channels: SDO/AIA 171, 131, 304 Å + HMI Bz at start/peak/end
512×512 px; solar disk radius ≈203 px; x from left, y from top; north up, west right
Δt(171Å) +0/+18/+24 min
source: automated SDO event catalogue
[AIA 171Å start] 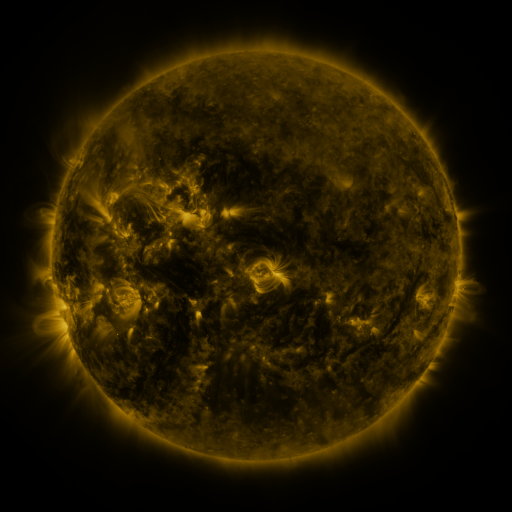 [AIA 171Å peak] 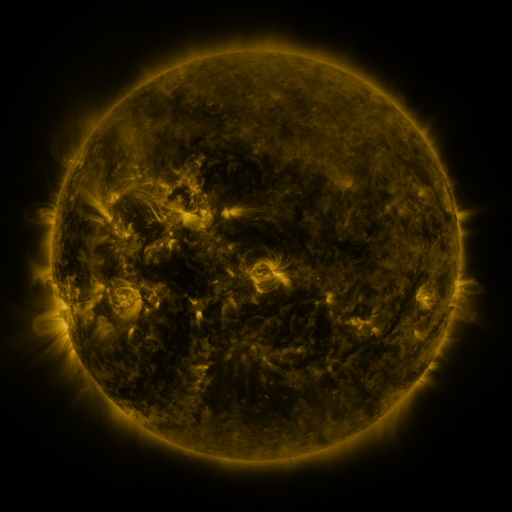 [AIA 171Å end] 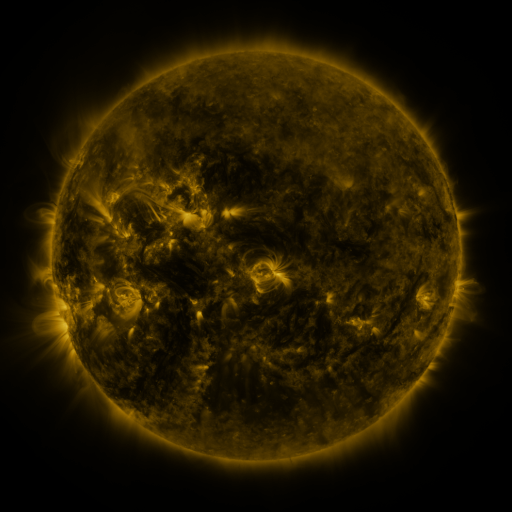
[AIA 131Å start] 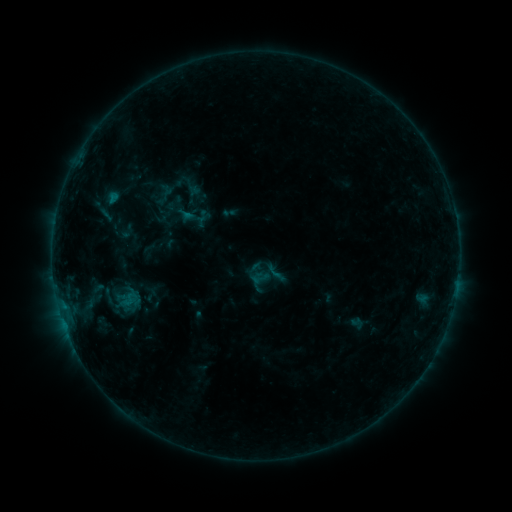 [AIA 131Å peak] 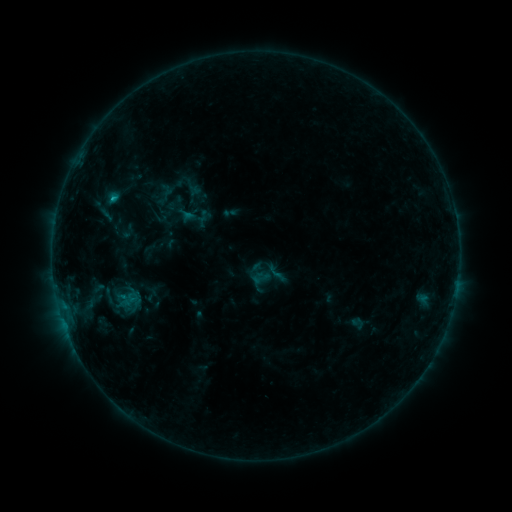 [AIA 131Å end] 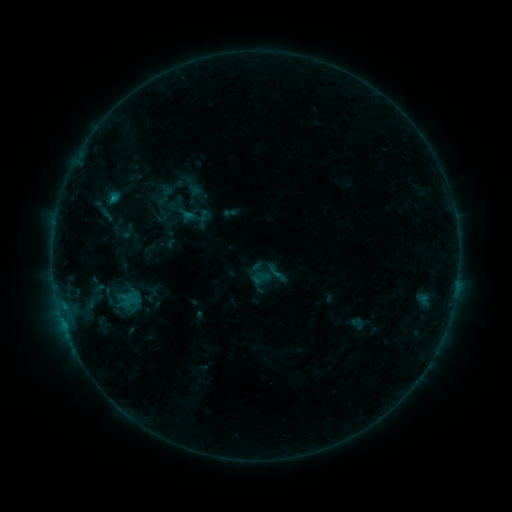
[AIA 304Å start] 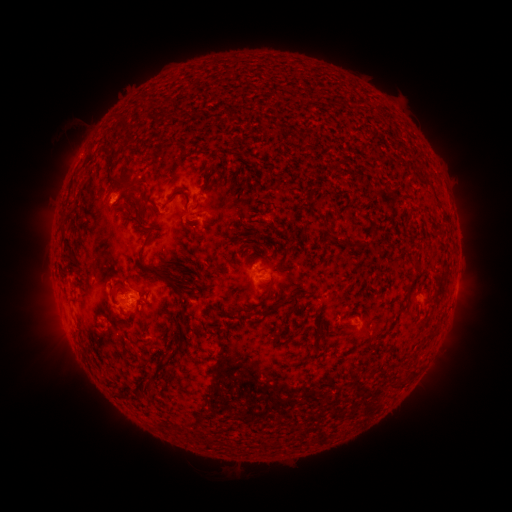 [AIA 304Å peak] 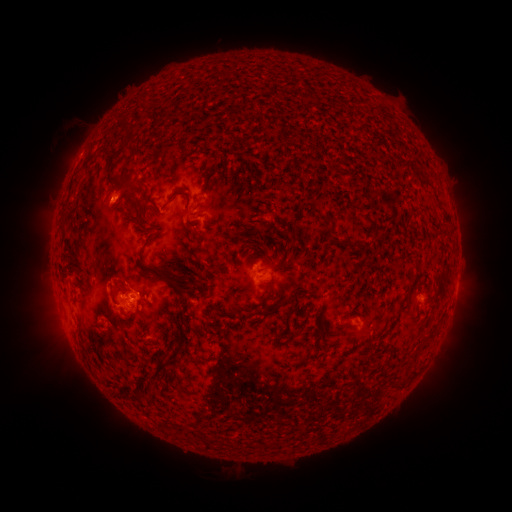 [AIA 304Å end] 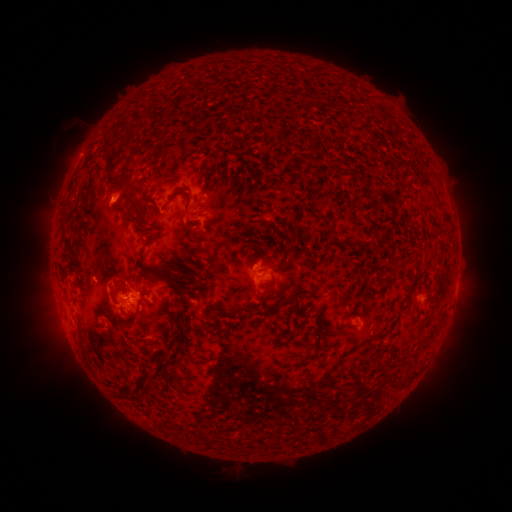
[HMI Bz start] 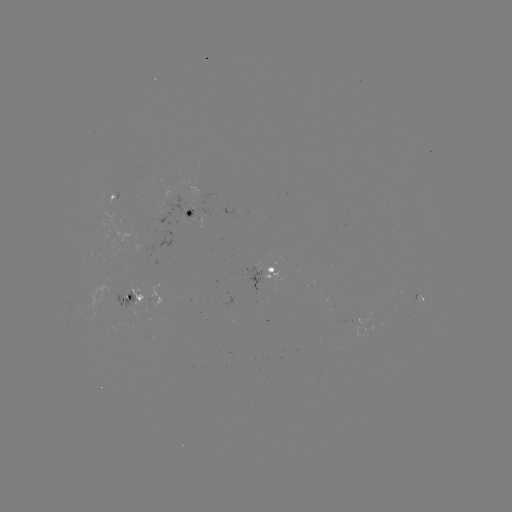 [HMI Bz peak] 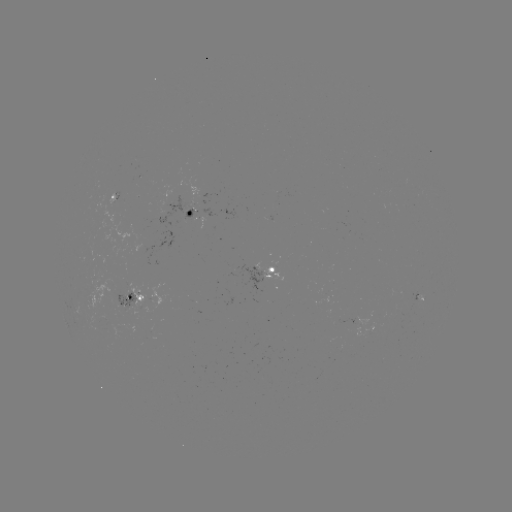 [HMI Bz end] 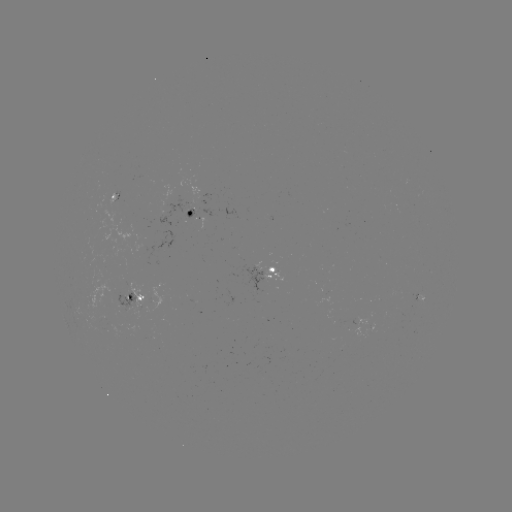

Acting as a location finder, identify B5.5 flare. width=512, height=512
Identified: [115, 199].